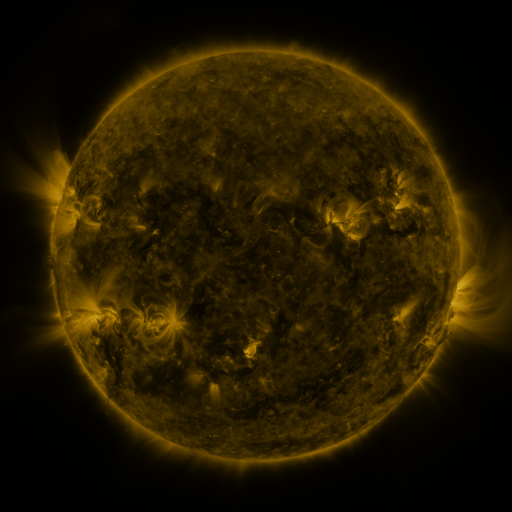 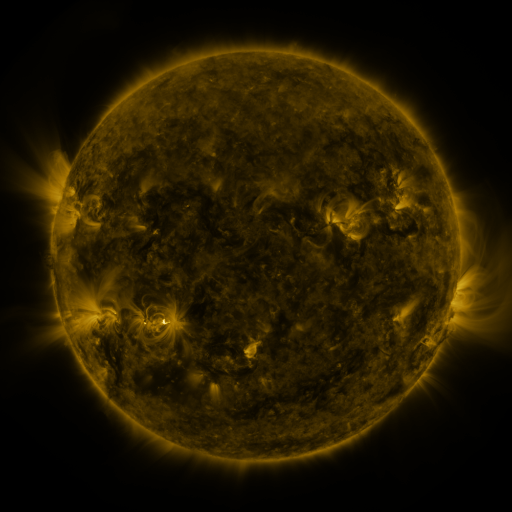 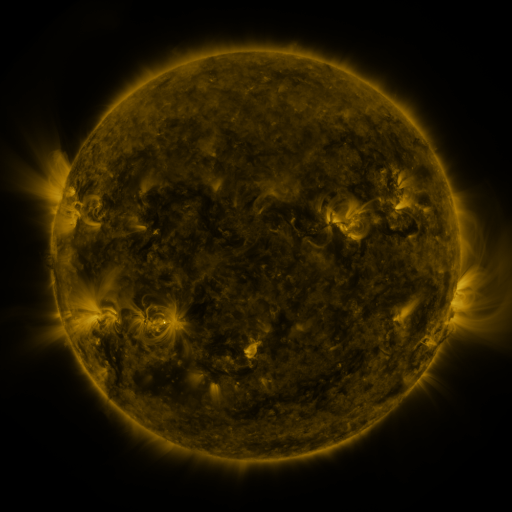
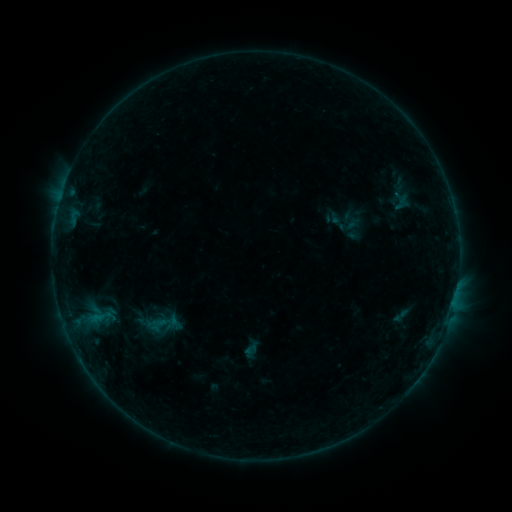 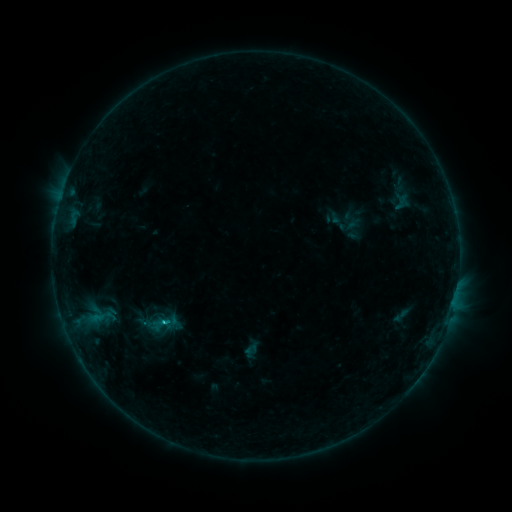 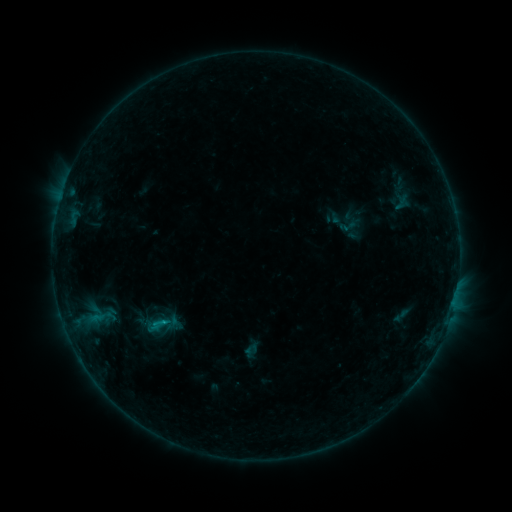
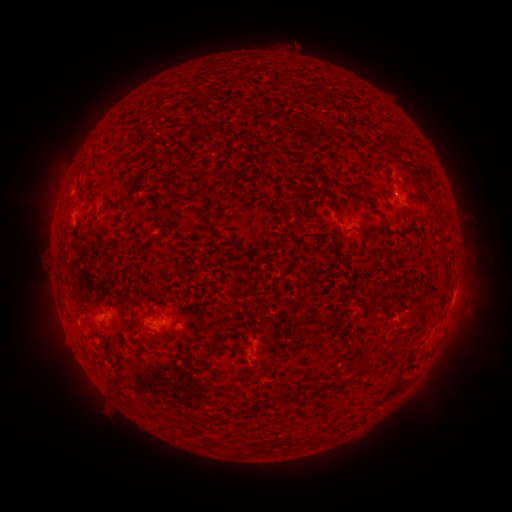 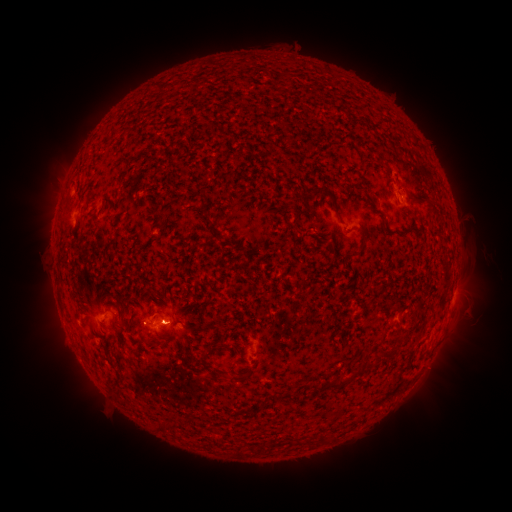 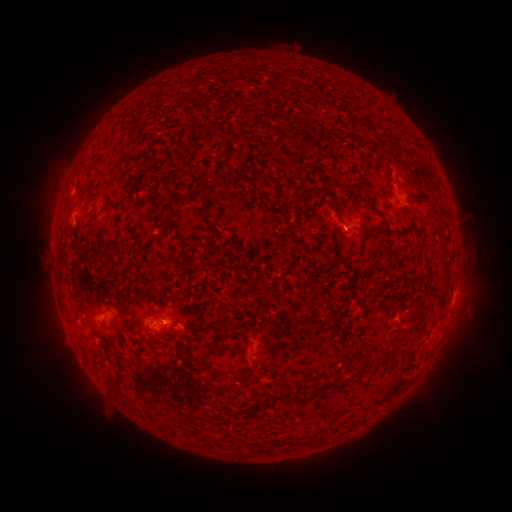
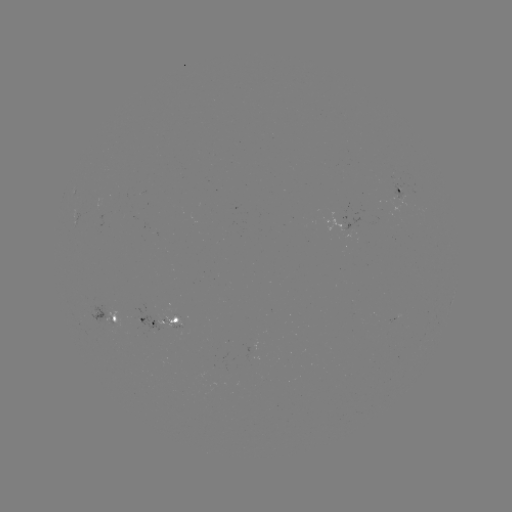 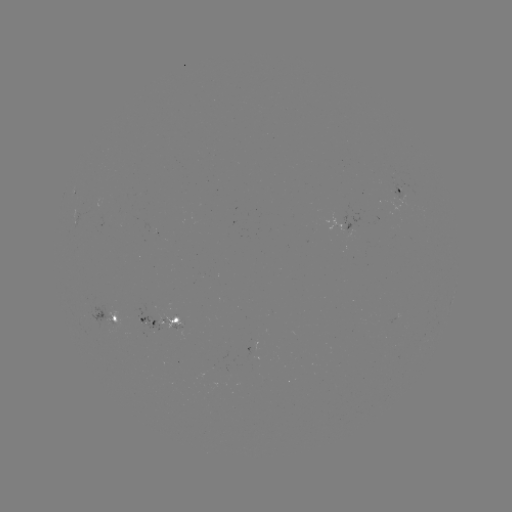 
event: flare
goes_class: B6.9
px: (165, 320)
